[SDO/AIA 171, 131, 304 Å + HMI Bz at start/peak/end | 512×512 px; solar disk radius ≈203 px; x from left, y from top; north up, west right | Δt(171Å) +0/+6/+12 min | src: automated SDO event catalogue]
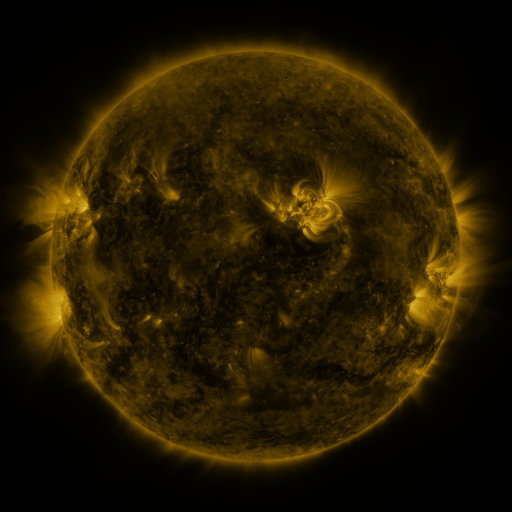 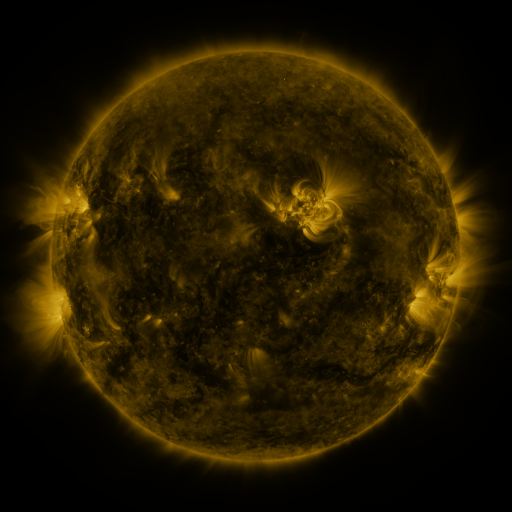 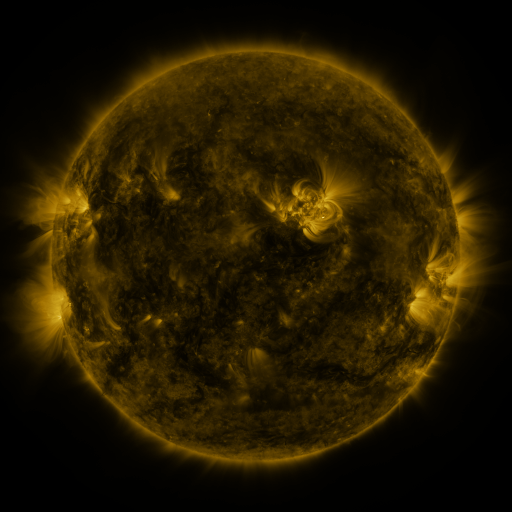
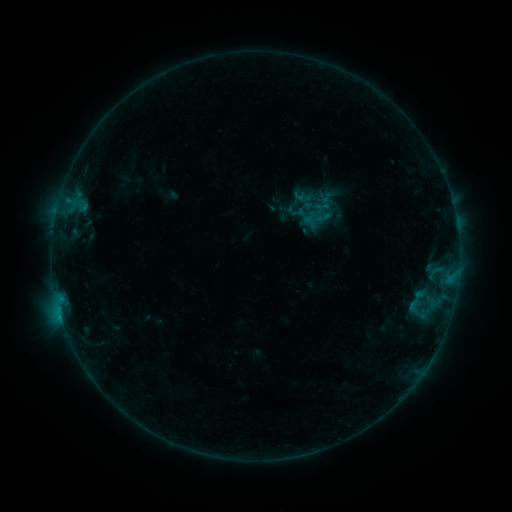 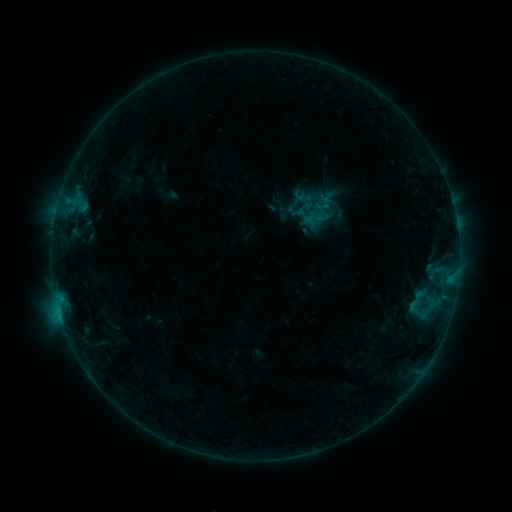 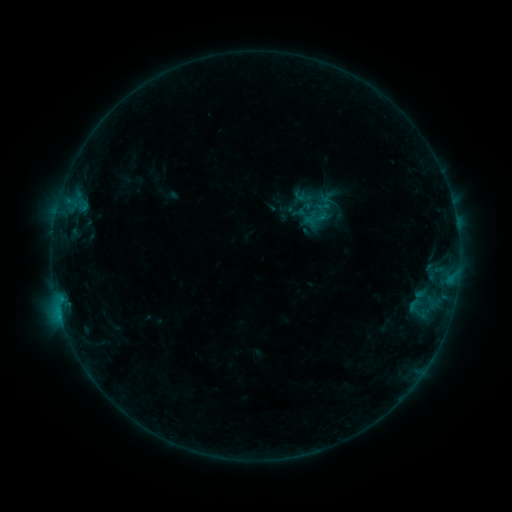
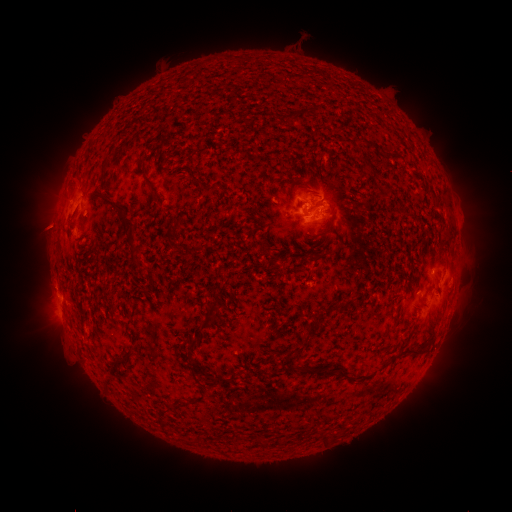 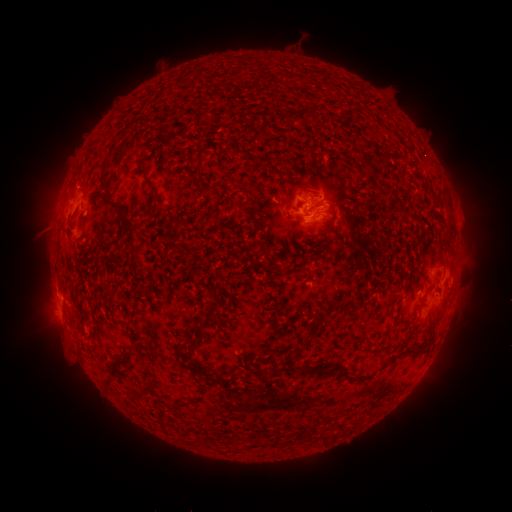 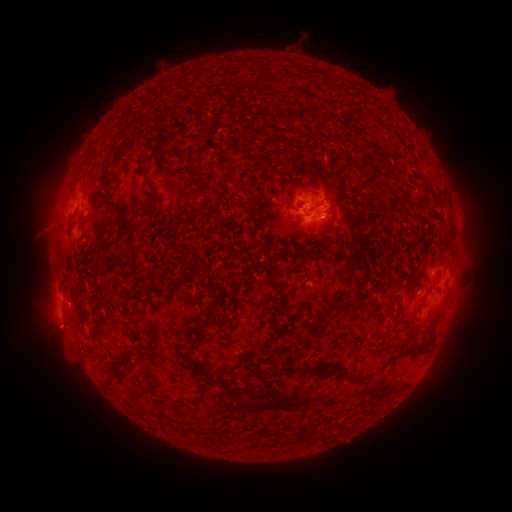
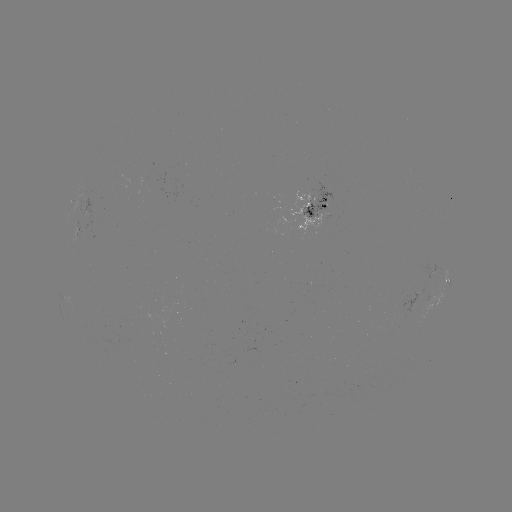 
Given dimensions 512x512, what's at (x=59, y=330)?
eruption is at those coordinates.